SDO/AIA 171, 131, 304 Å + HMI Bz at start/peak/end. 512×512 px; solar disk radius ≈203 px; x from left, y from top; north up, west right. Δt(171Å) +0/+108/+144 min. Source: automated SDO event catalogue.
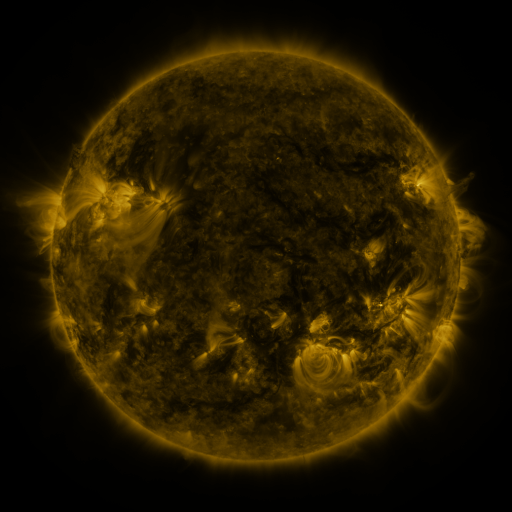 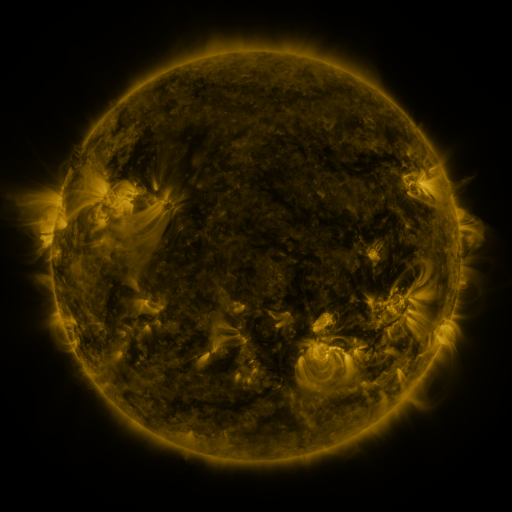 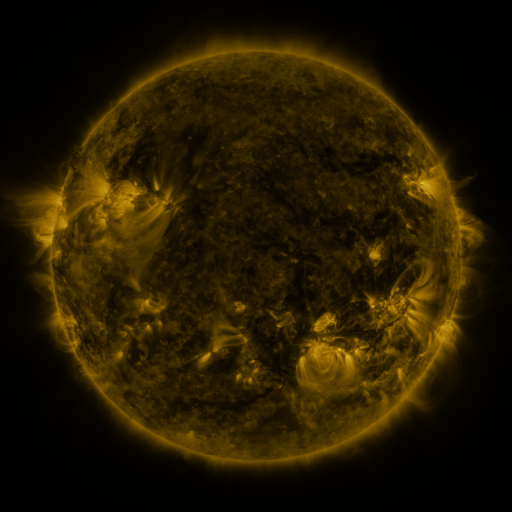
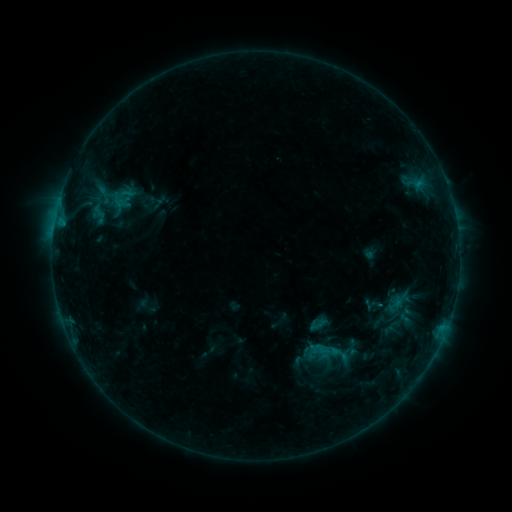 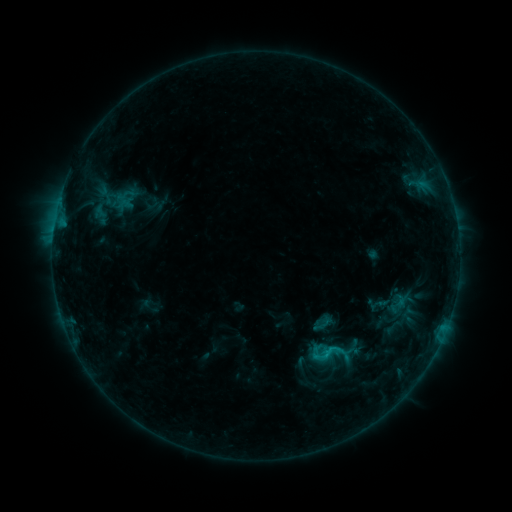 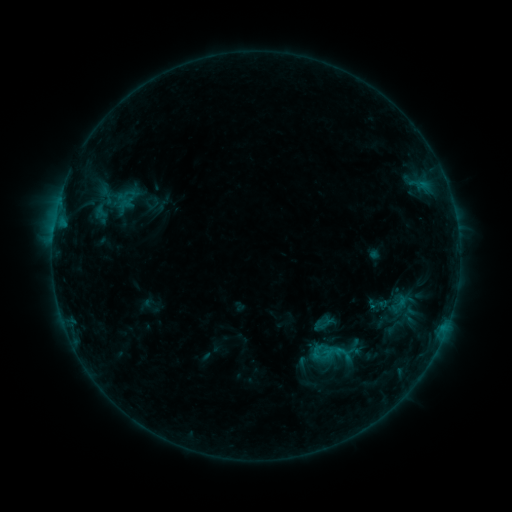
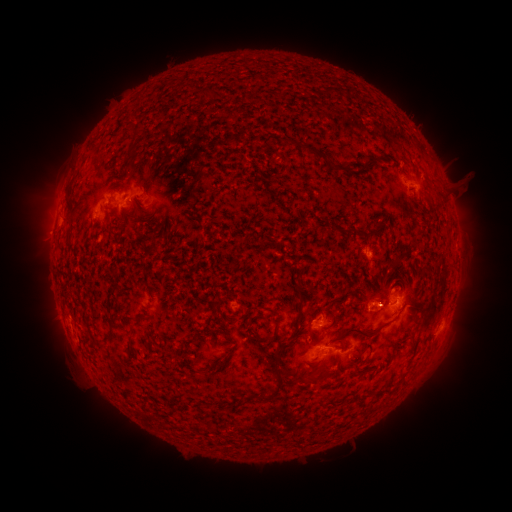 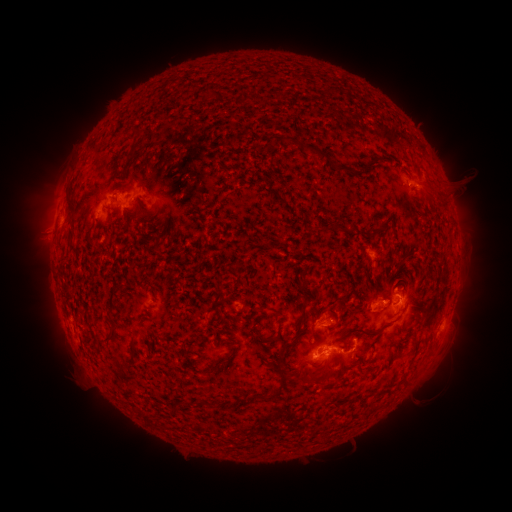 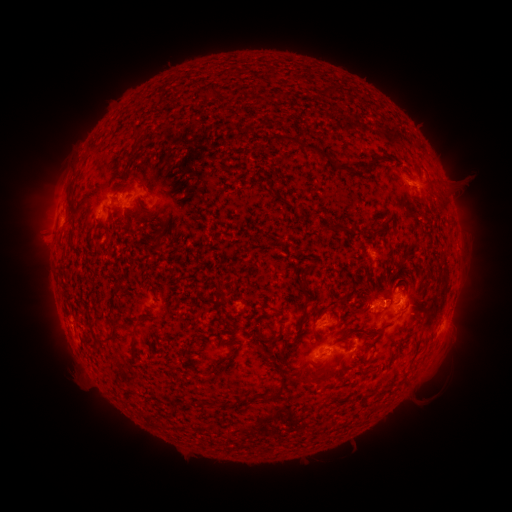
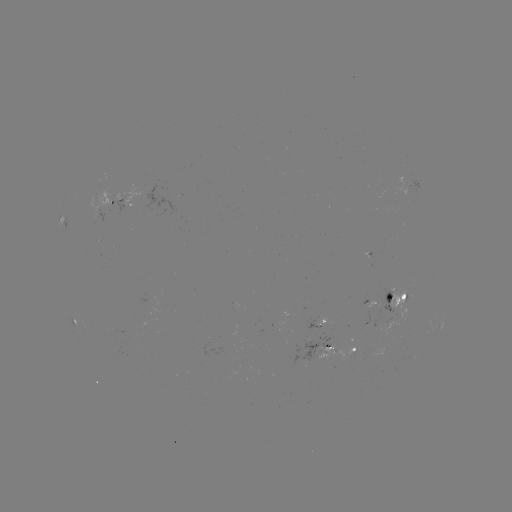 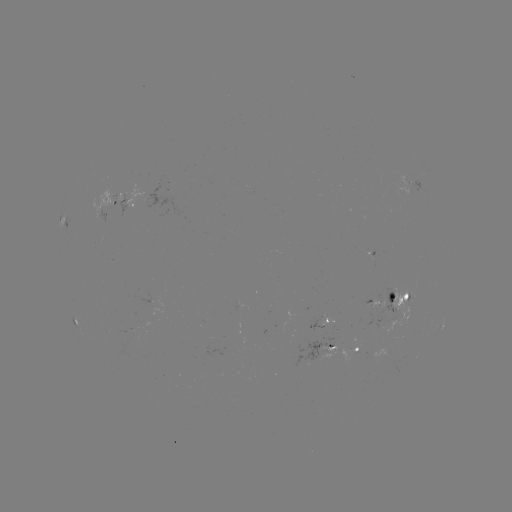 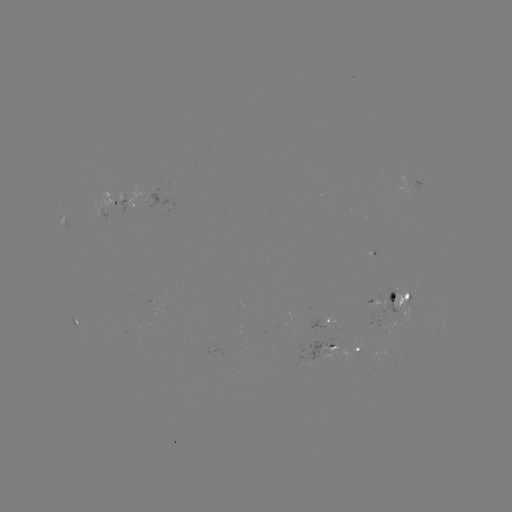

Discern emerging-flux region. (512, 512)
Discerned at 150,301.